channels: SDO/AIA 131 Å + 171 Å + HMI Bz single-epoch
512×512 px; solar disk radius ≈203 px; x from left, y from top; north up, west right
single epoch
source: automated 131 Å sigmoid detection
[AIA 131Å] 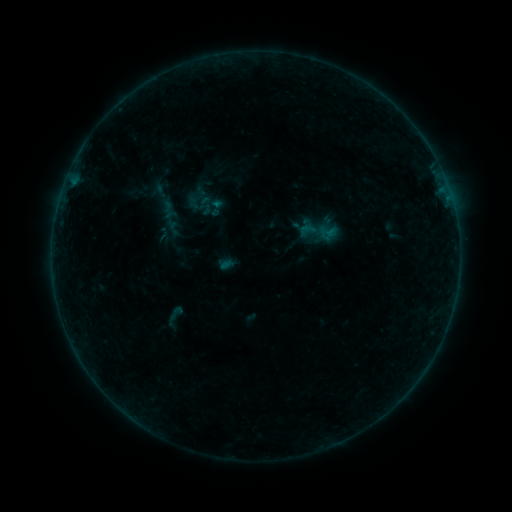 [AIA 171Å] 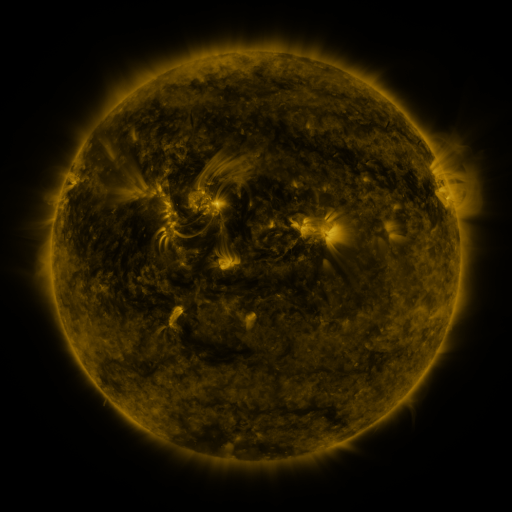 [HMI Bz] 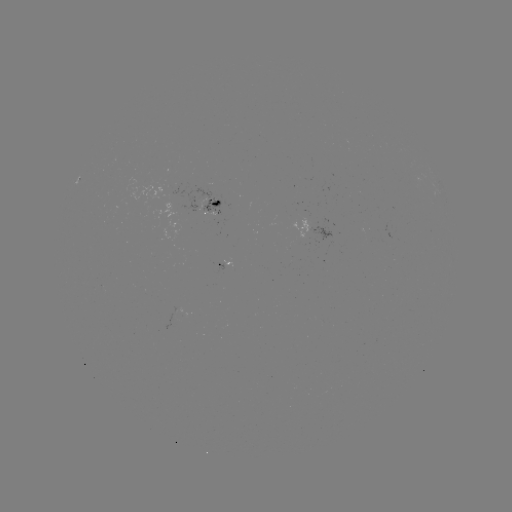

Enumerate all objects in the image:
sigmoid: [206, 197, 226, 217]
sigmoid: [318, 223, 336, 241]
sigmoid: [163, 304, 187, 323]
